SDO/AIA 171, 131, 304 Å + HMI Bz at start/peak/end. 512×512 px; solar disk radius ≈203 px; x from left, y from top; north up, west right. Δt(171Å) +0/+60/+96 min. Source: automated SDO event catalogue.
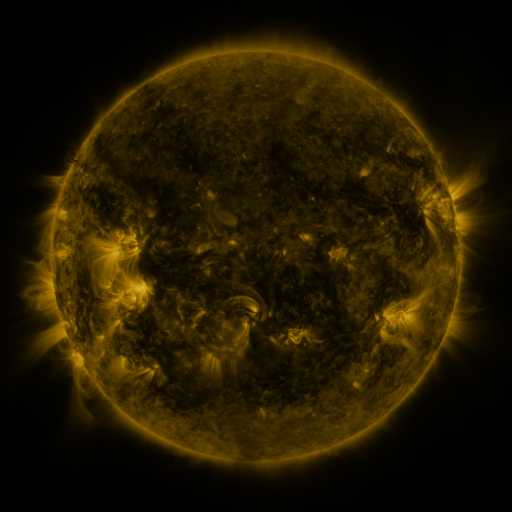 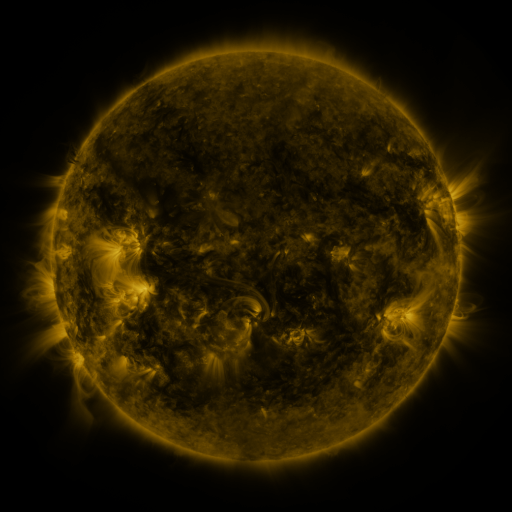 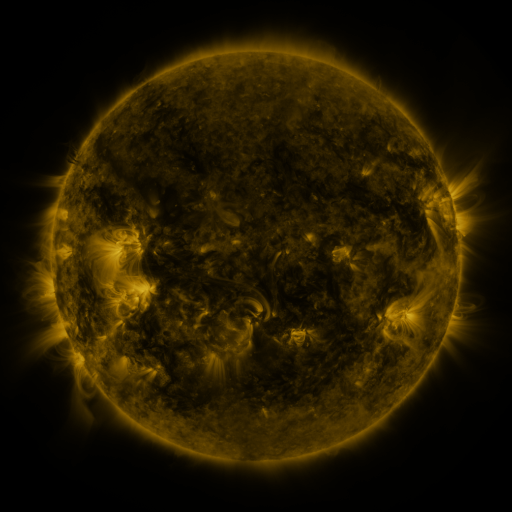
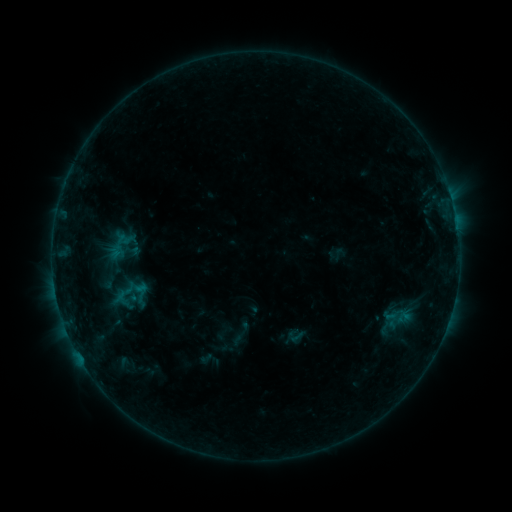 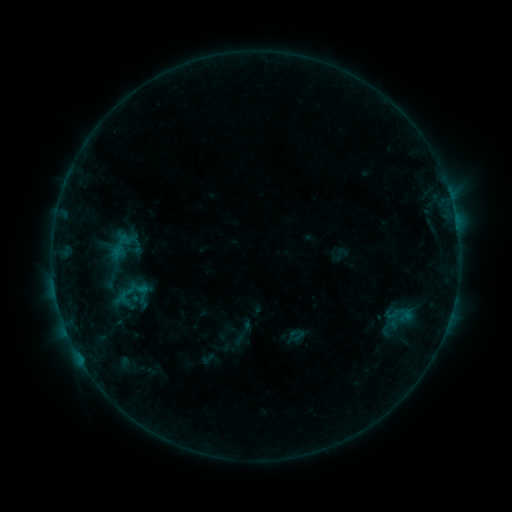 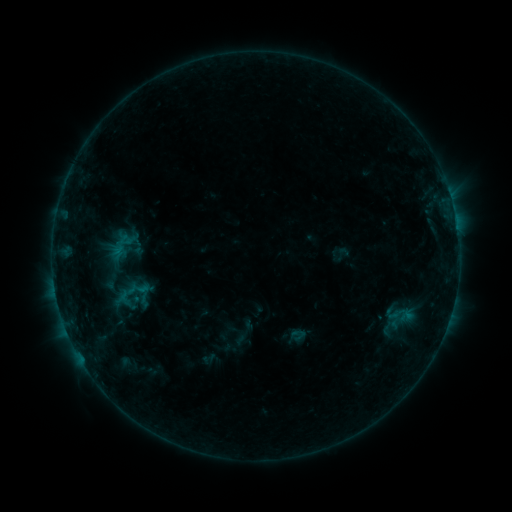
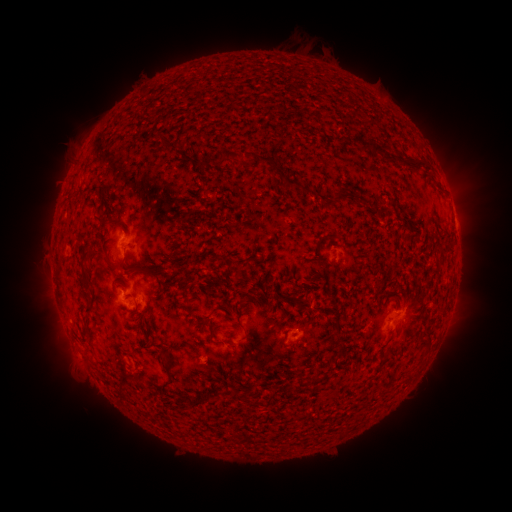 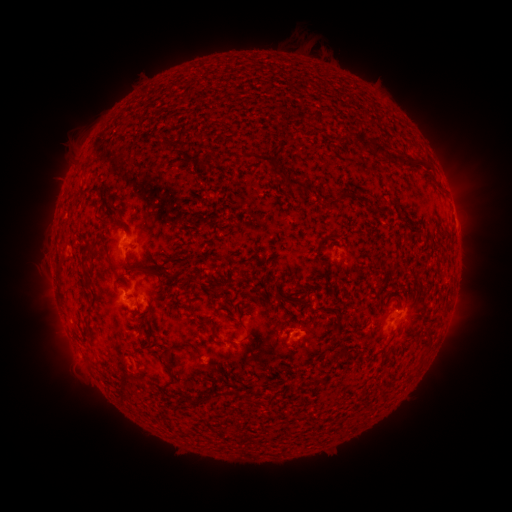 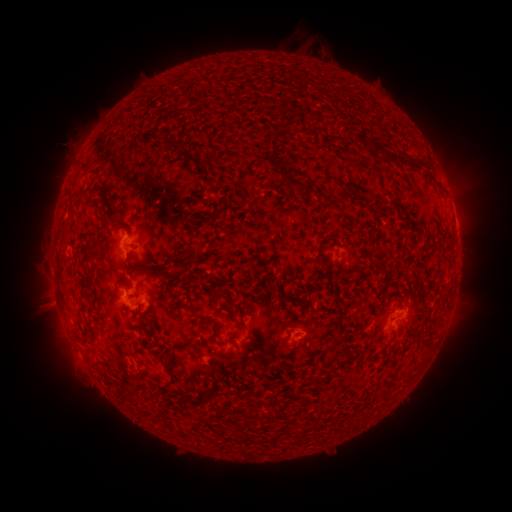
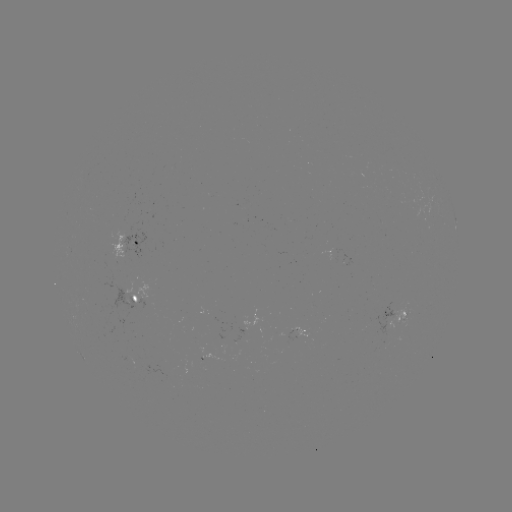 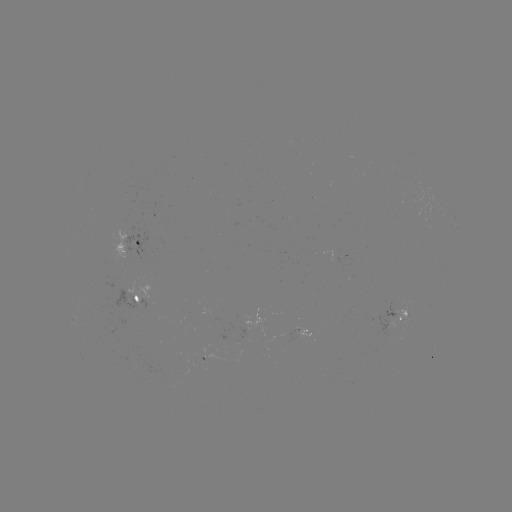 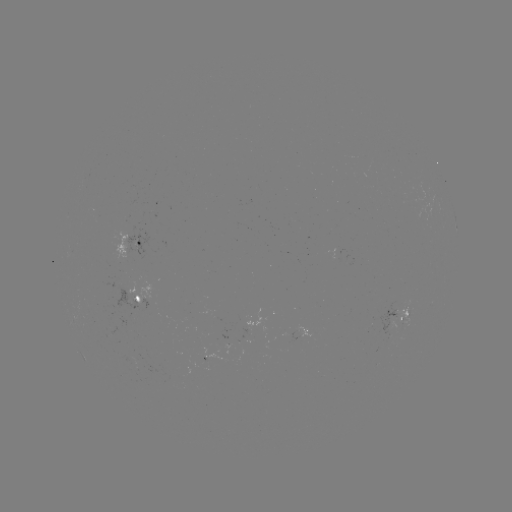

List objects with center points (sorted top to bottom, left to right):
emerging-flux region: (135, 367)
